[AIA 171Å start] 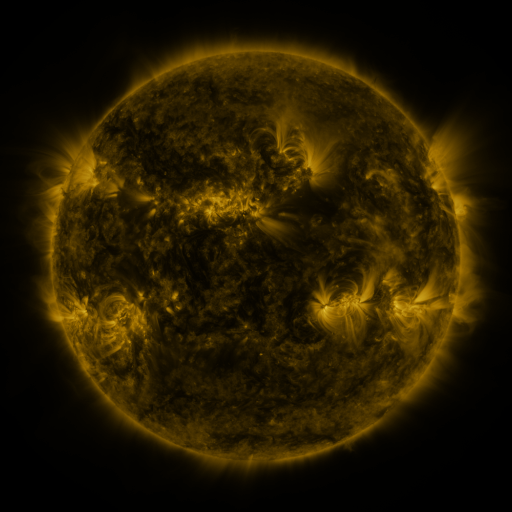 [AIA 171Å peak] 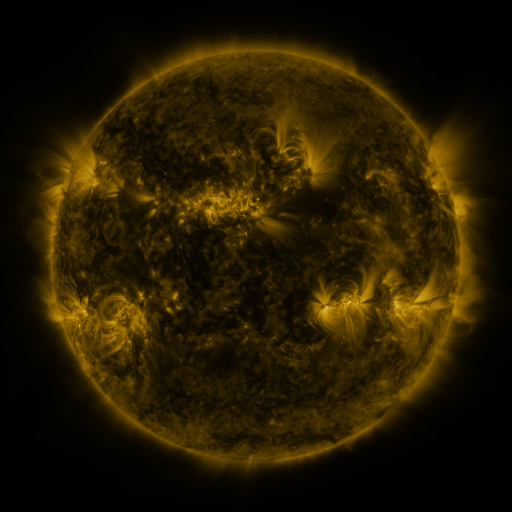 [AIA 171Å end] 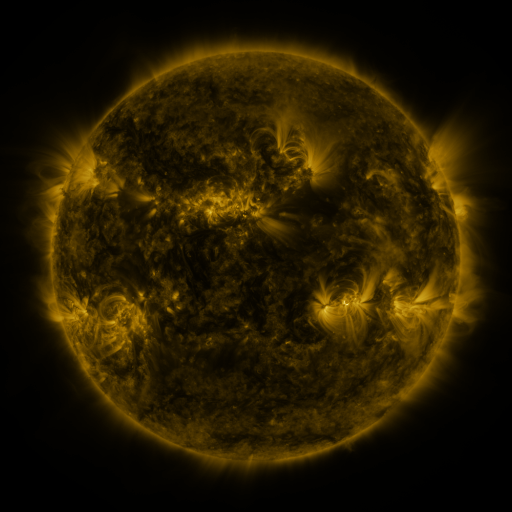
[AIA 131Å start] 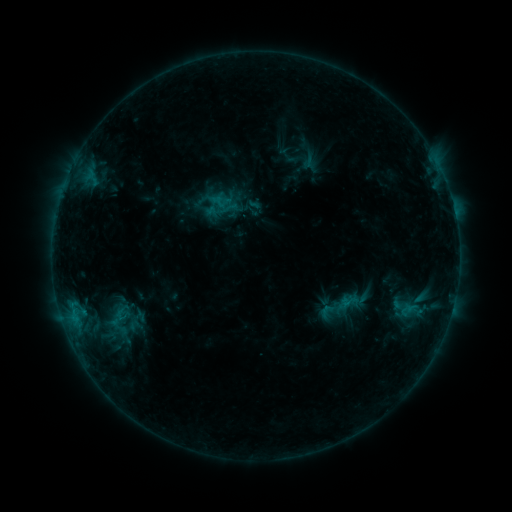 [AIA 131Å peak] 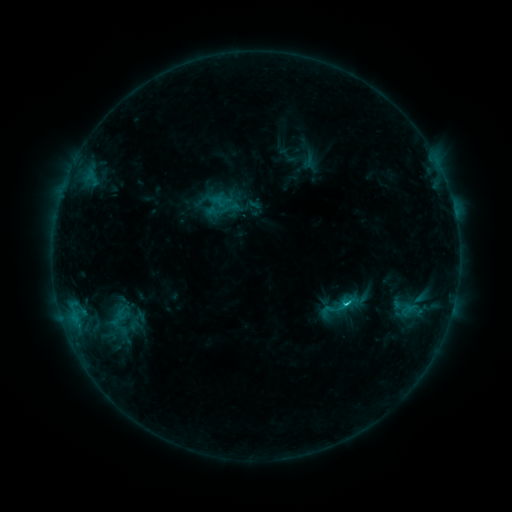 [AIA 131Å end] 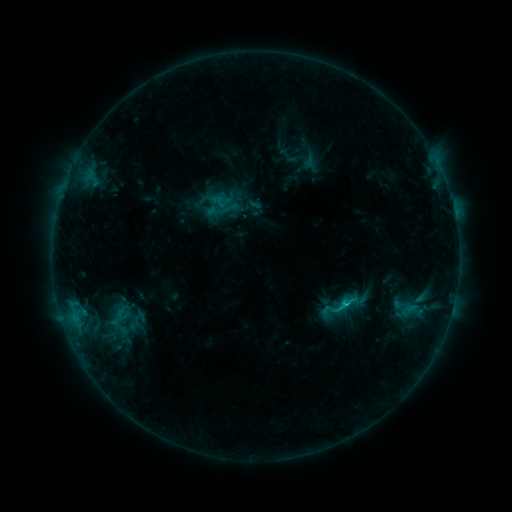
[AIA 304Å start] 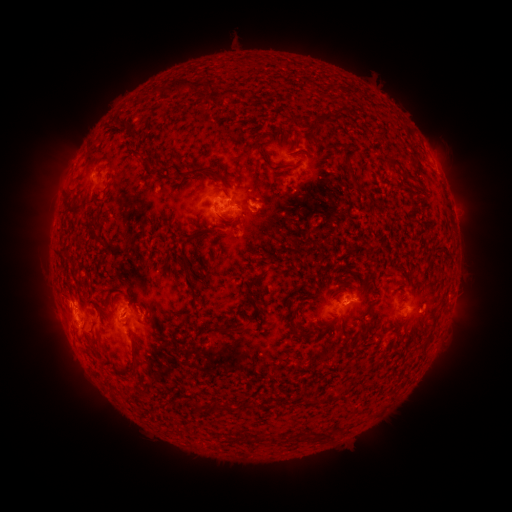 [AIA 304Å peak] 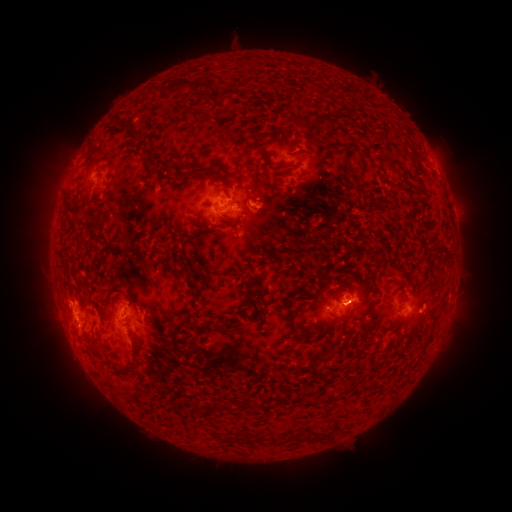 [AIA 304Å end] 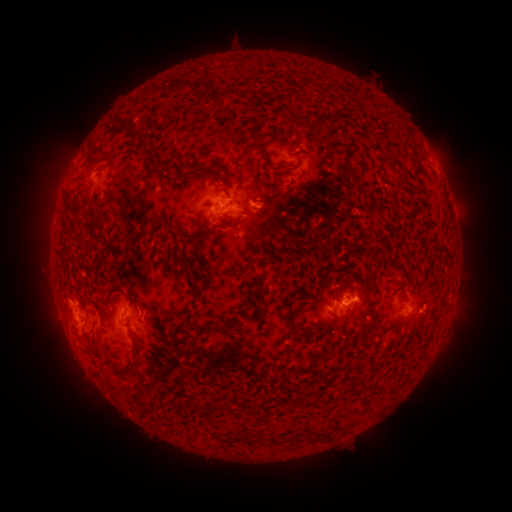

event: flare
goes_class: C1.8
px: (344, 302)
